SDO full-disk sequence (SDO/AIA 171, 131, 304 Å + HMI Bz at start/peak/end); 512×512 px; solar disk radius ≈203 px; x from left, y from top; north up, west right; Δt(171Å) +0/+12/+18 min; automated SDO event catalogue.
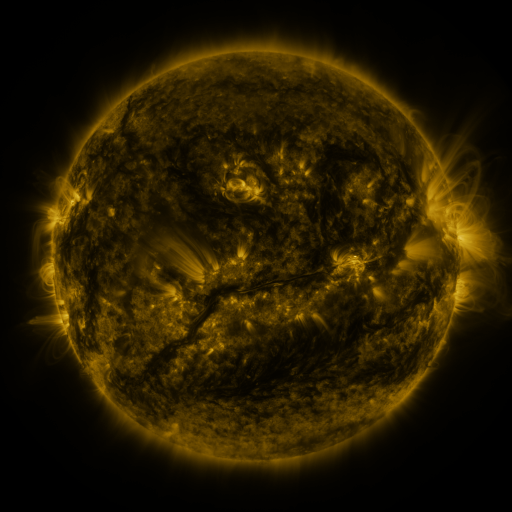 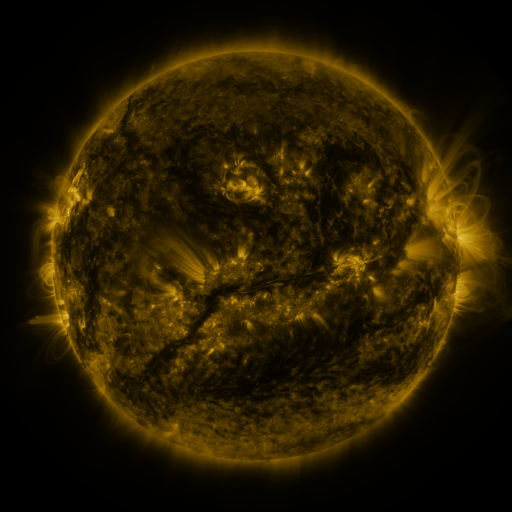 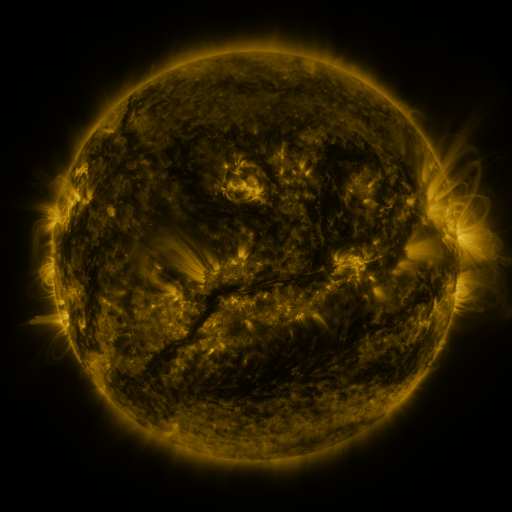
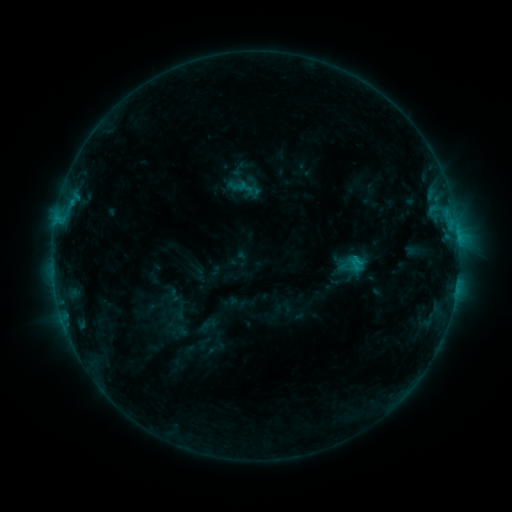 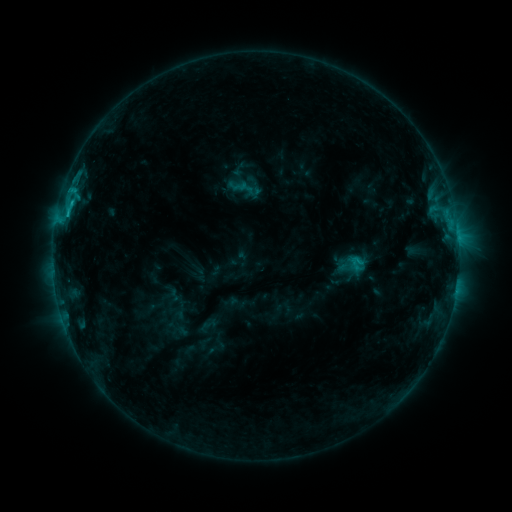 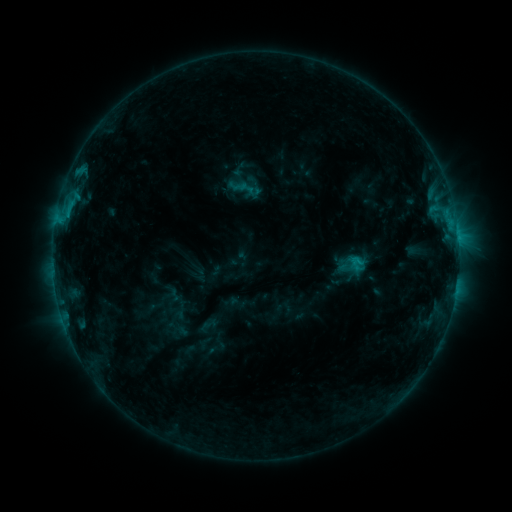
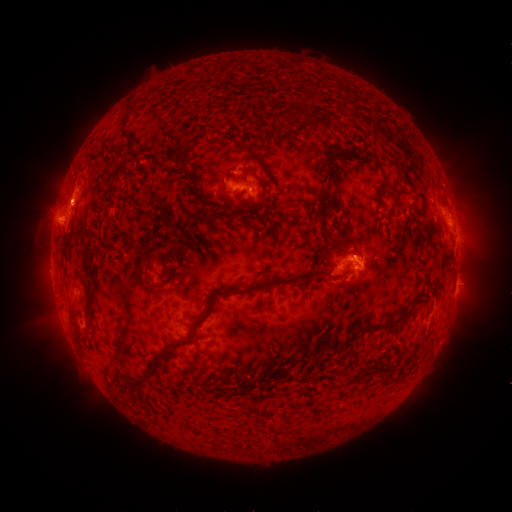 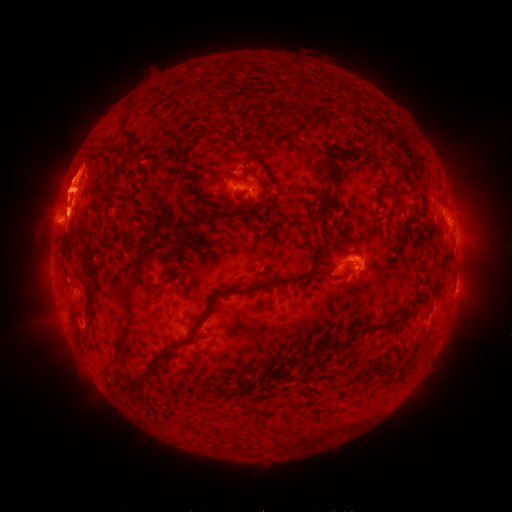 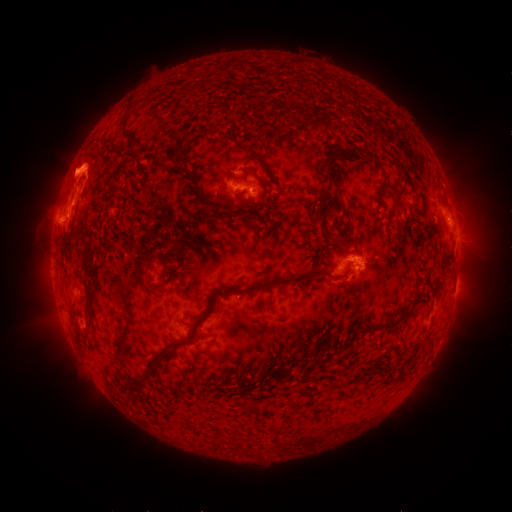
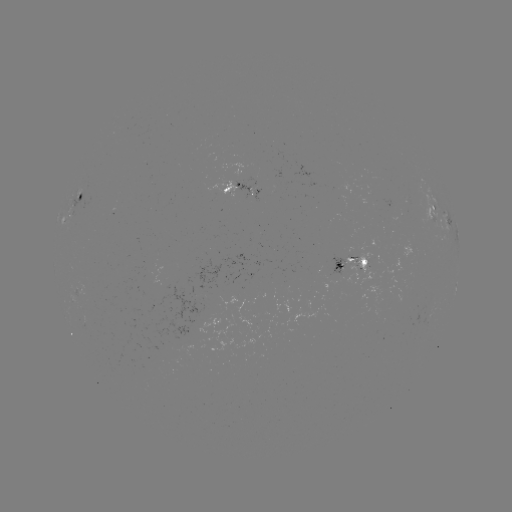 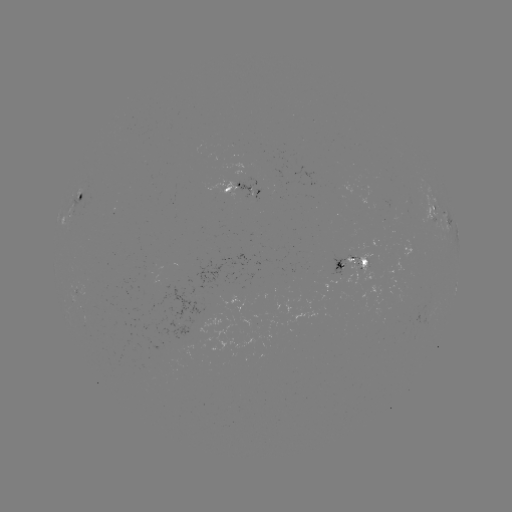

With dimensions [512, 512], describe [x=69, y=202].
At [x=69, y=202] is C1.7 flare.